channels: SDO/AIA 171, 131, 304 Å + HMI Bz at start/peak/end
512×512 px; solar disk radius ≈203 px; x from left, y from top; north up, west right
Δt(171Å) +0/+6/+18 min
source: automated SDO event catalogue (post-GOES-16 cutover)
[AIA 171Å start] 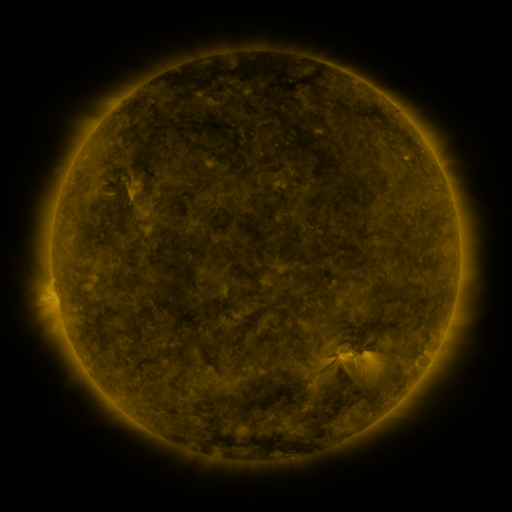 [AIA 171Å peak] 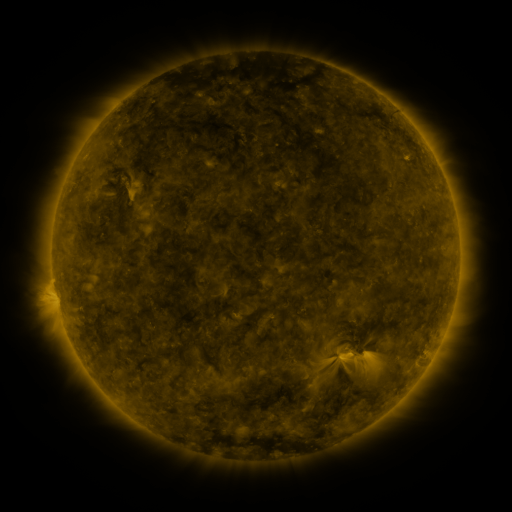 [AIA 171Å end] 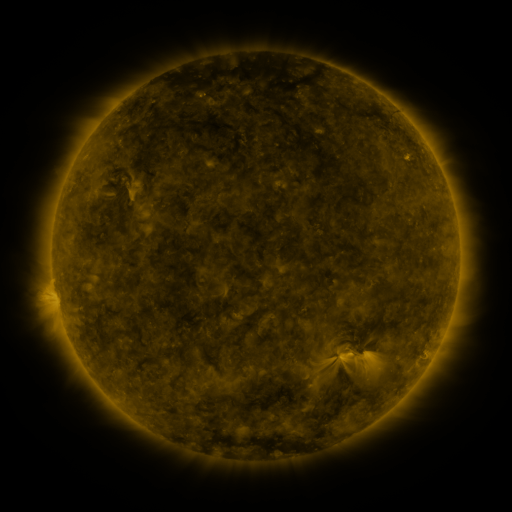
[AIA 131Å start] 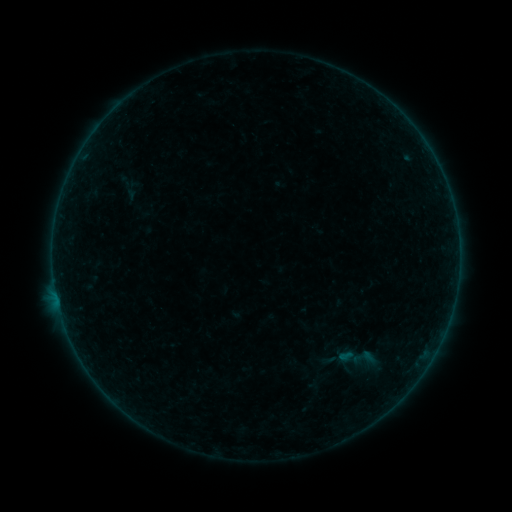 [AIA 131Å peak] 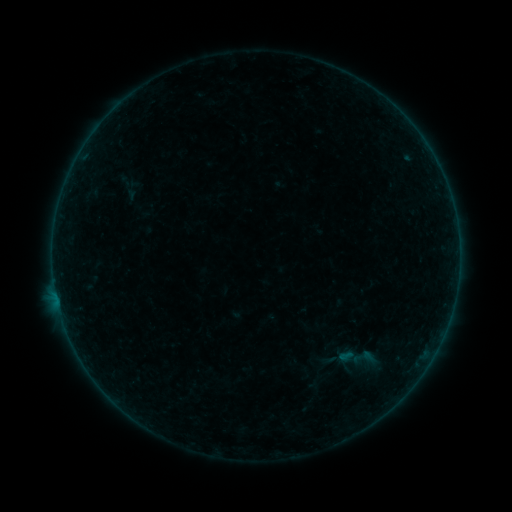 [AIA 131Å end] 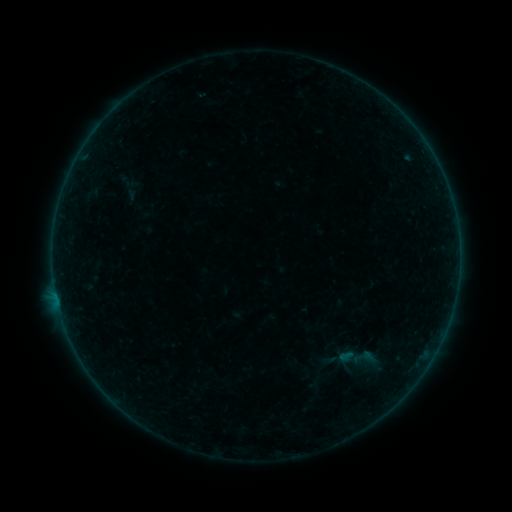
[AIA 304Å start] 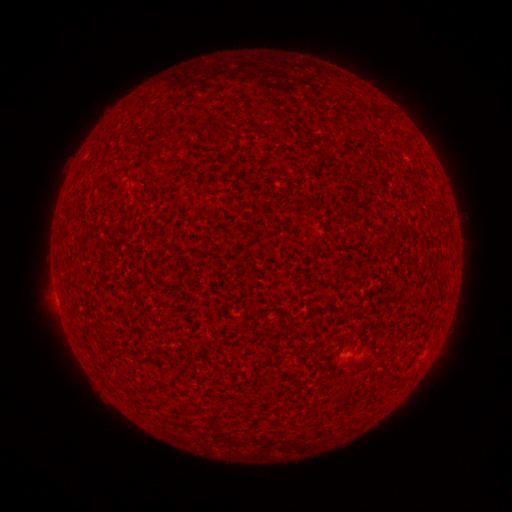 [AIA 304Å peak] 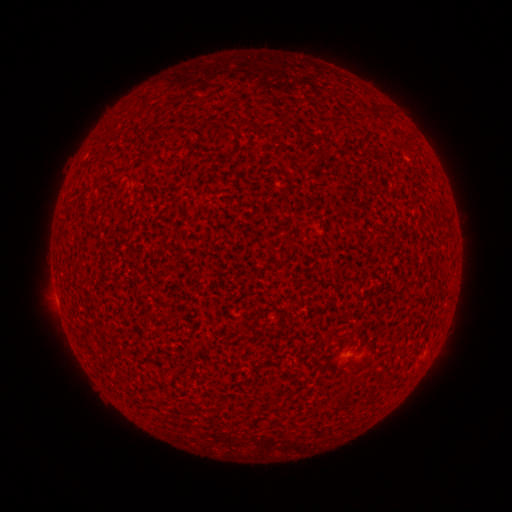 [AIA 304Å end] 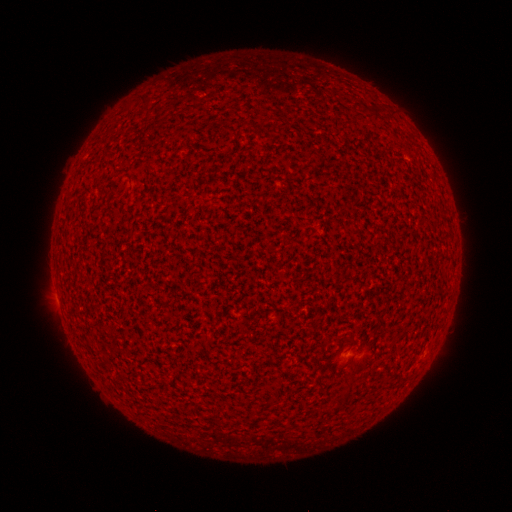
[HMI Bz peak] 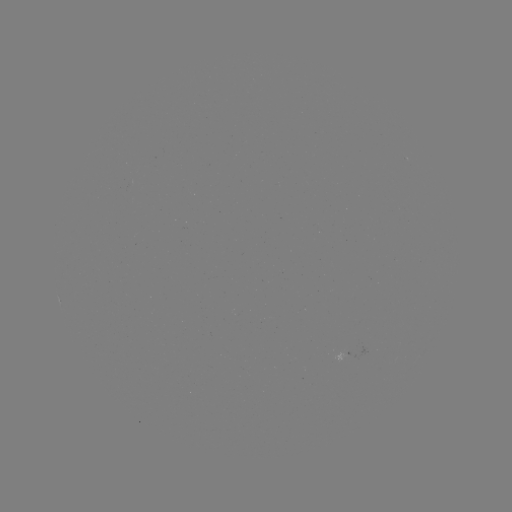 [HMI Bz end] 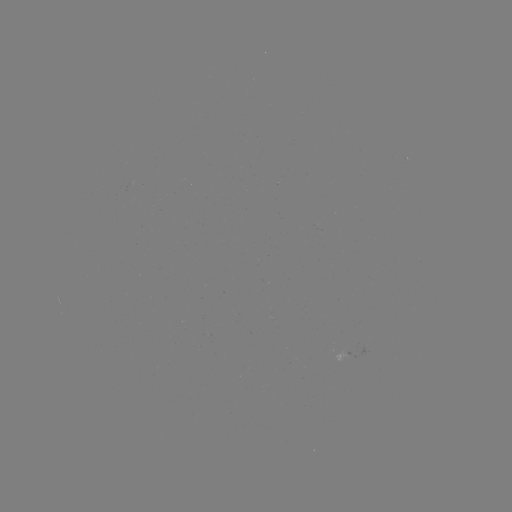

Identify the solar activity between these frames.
A2.6 flare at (56, 295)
